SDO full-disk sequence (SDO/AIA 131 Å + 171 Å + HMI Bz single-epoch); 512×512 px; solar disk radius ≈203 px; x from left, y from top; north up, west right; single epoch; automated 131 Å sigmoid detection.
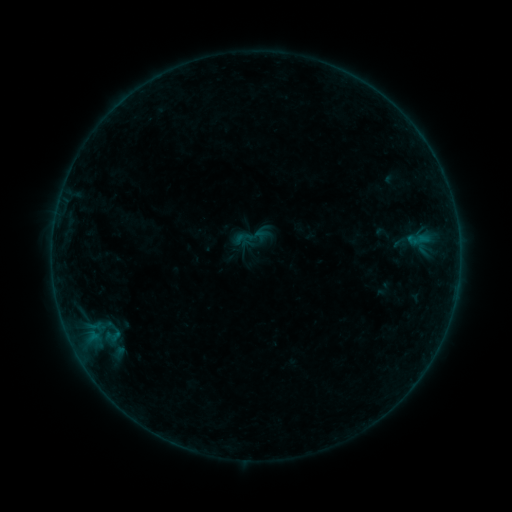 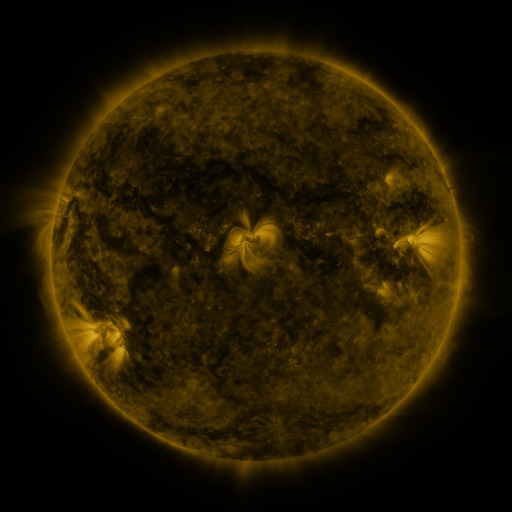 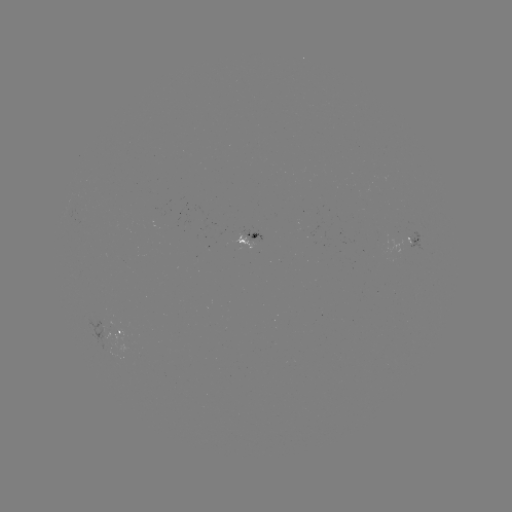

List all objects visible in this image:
sigmoid: (403, 227, 431, 251)
